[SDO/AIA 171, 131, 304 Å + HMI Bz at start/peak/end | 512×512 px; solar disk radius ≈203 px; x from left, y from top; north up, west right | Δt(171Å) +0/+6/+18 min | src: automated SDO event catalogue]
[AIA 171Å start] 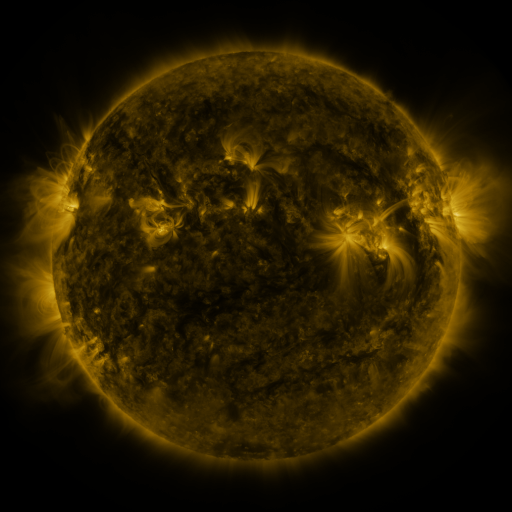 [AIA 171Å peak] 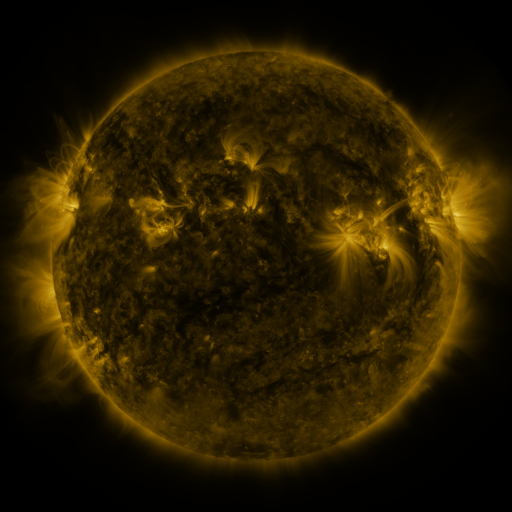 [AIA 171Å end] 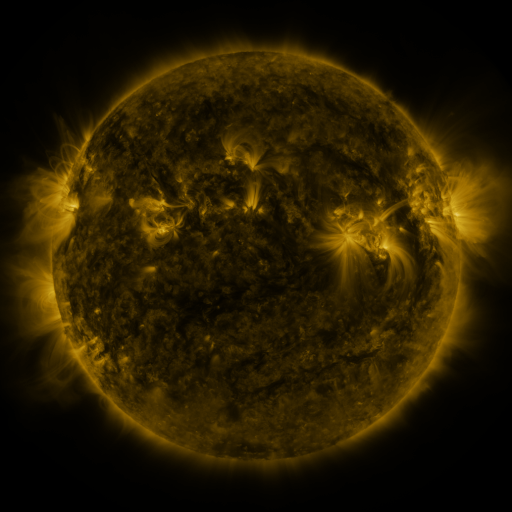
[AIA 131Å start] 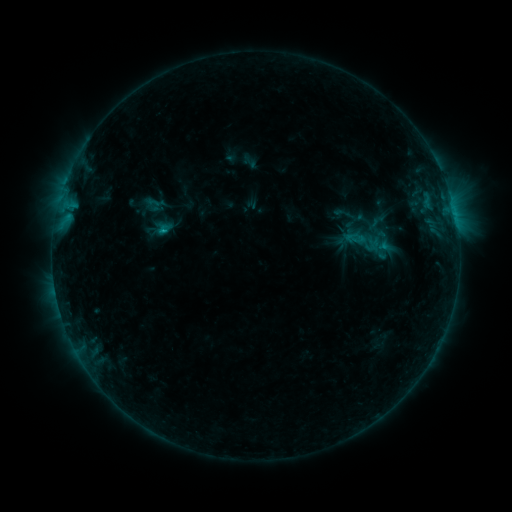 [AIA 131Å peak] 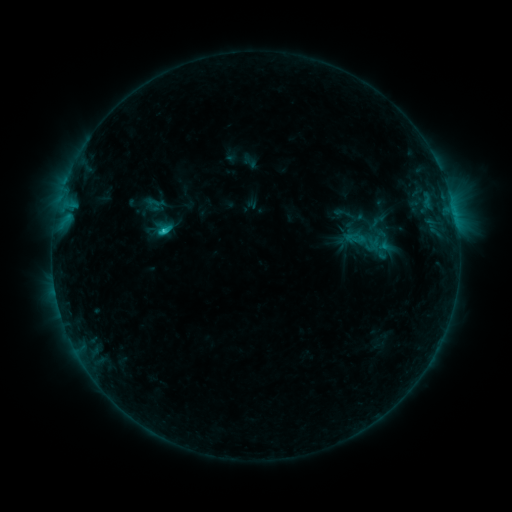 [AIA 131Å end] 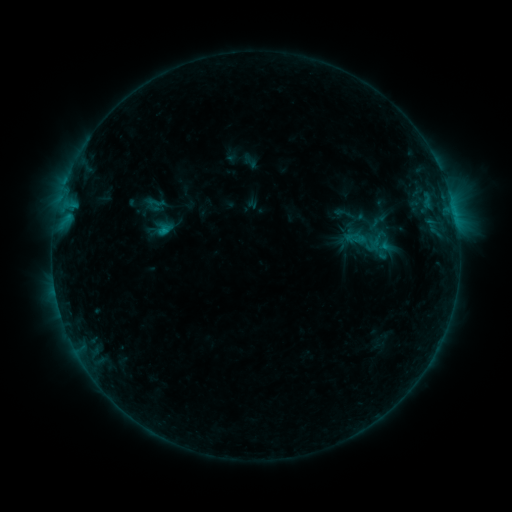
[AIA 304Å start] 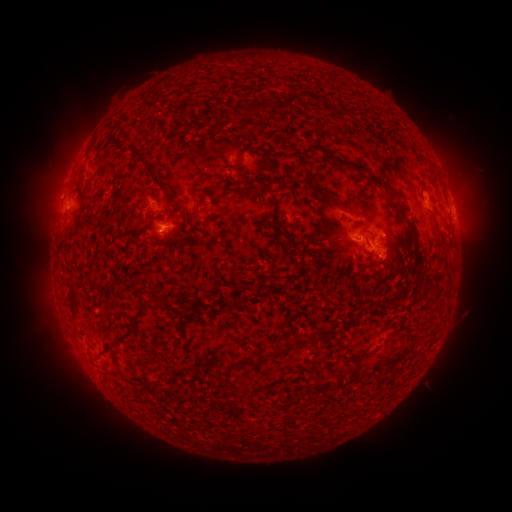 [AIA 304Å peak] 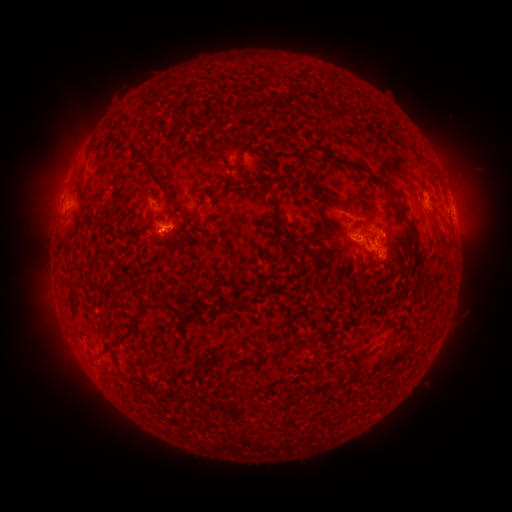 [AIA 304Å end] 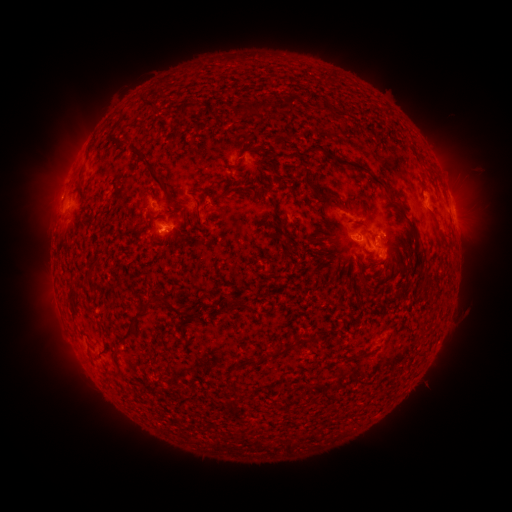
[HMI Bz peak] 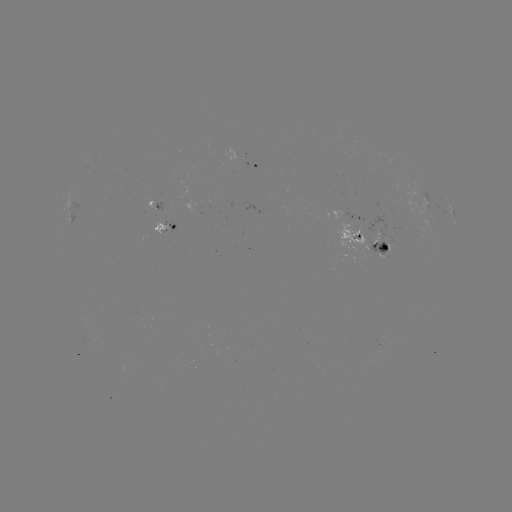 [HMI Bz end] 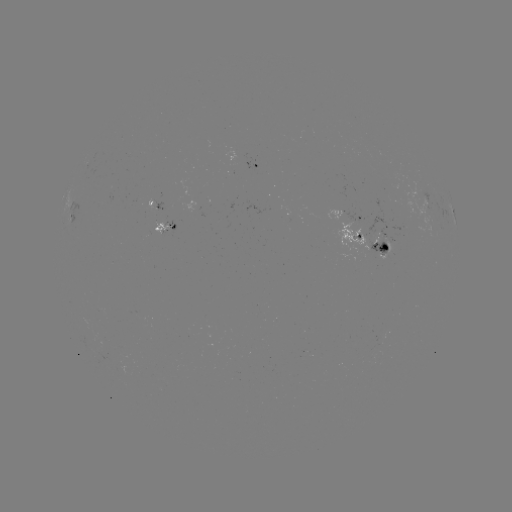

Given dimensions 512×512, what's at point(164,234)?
C1.5 flare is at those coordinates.